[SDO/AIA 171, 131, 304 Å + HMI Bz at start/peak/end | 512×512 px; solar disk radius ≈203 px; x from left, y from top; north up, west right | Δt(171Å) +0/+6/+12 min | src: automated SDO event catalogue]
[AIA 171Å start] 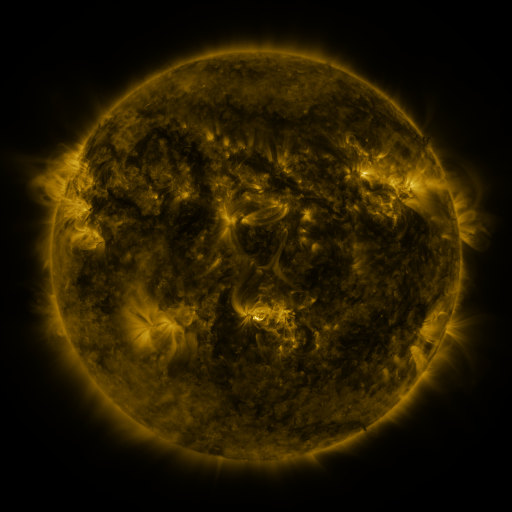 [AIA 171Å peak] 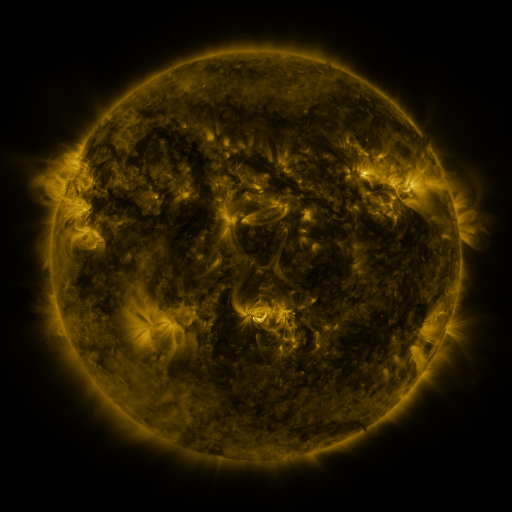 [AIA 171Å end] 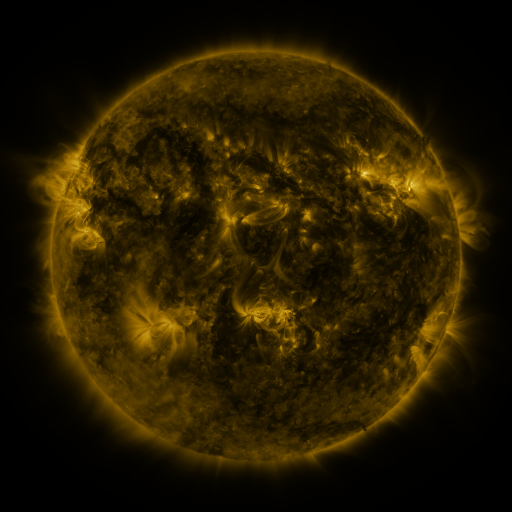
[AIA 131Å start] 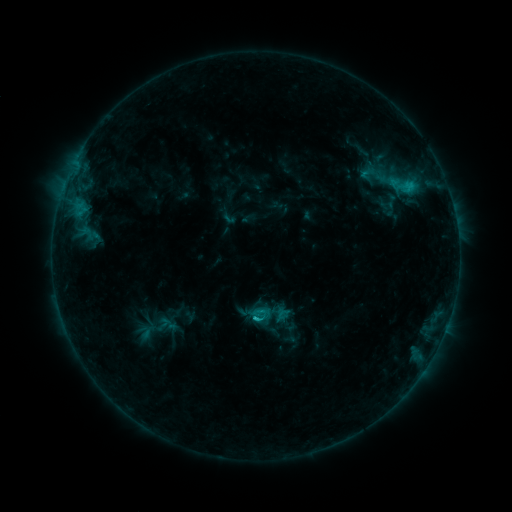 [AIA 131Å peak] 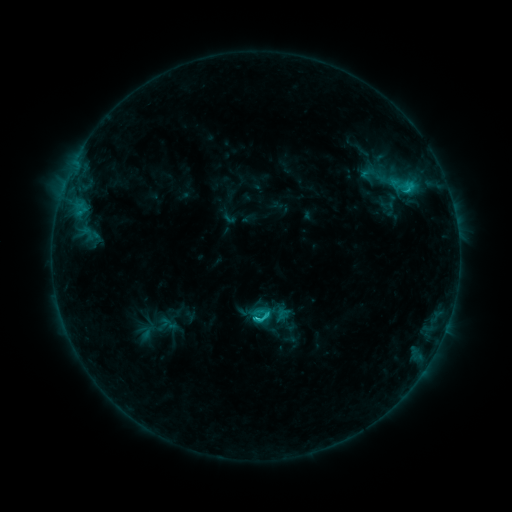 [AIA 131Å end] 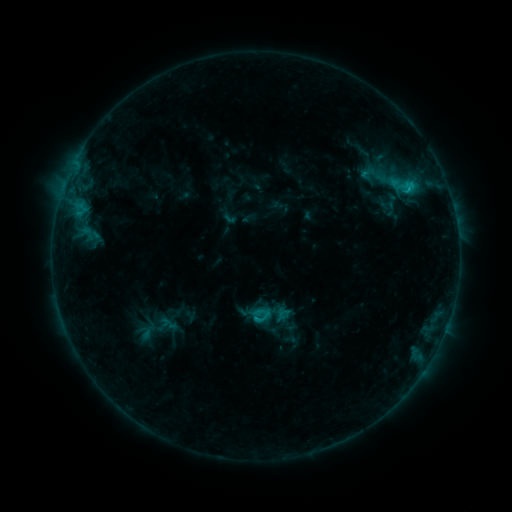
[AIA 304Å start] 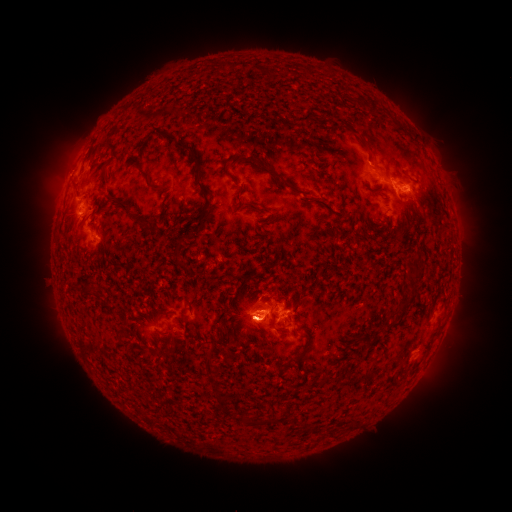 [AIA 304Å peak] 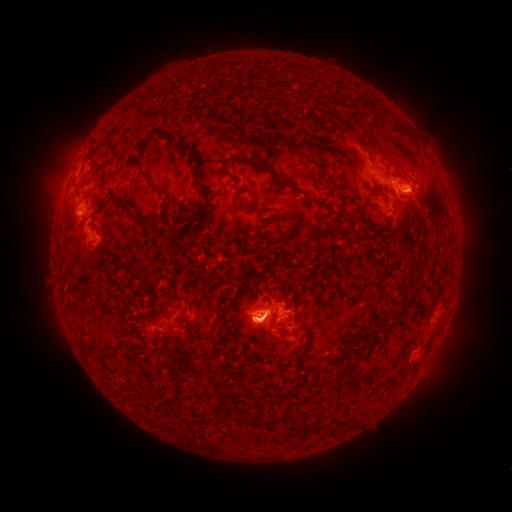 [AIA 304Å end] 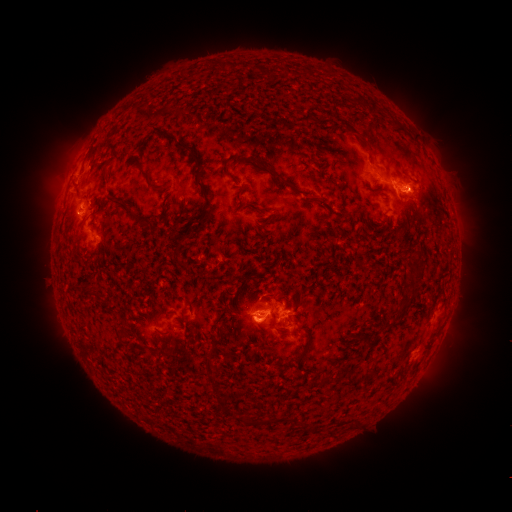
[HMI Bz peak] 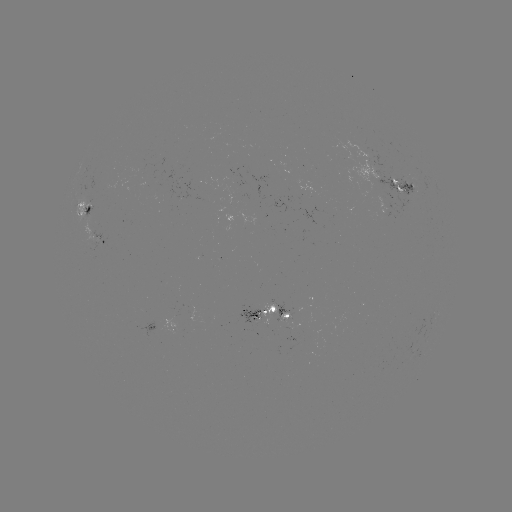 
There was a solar eruption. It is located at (61, 188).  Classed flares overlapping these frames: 1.